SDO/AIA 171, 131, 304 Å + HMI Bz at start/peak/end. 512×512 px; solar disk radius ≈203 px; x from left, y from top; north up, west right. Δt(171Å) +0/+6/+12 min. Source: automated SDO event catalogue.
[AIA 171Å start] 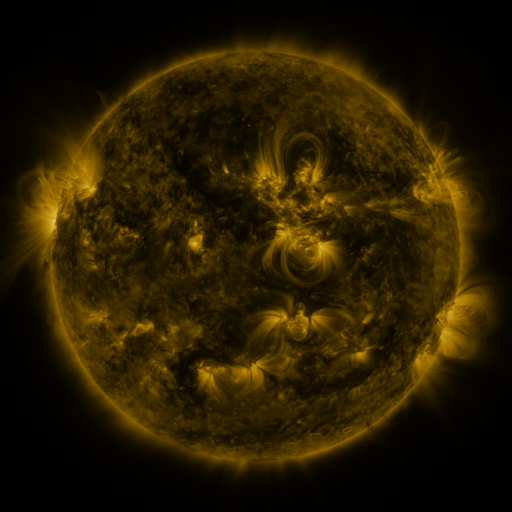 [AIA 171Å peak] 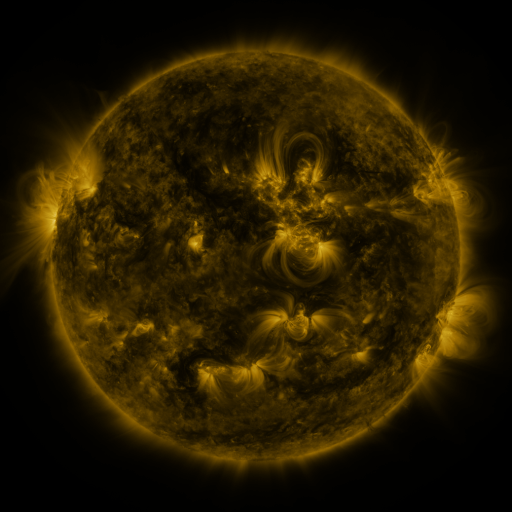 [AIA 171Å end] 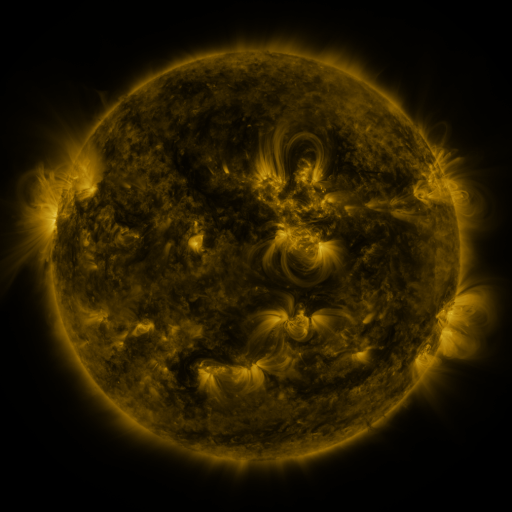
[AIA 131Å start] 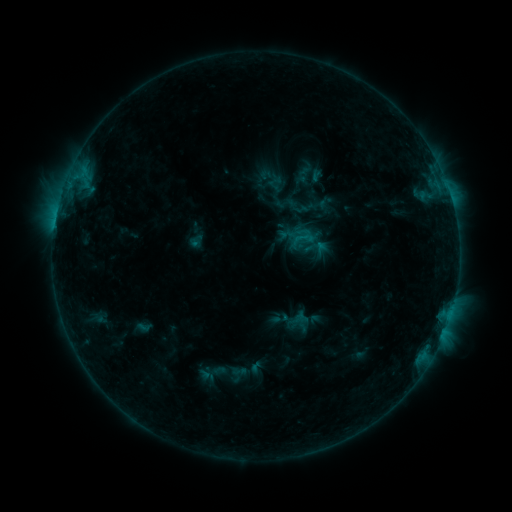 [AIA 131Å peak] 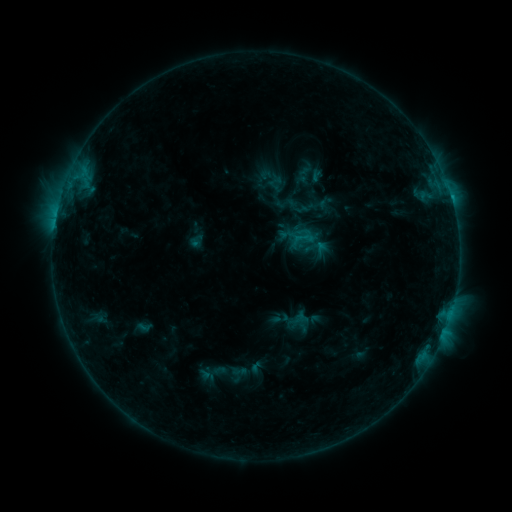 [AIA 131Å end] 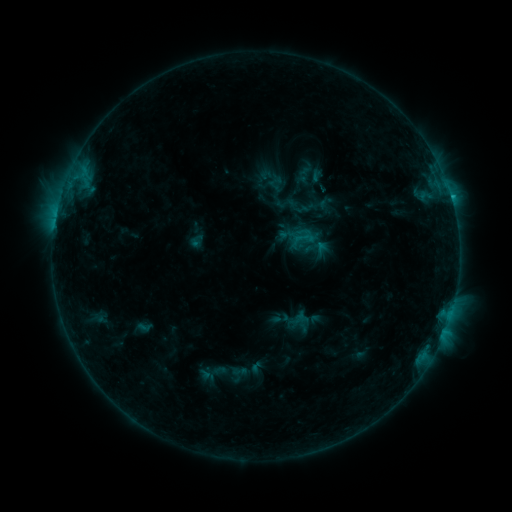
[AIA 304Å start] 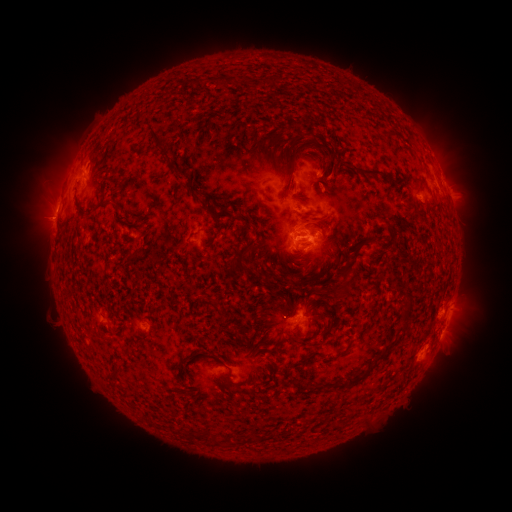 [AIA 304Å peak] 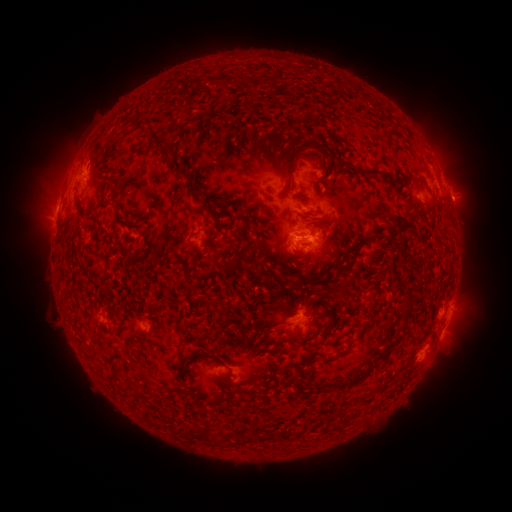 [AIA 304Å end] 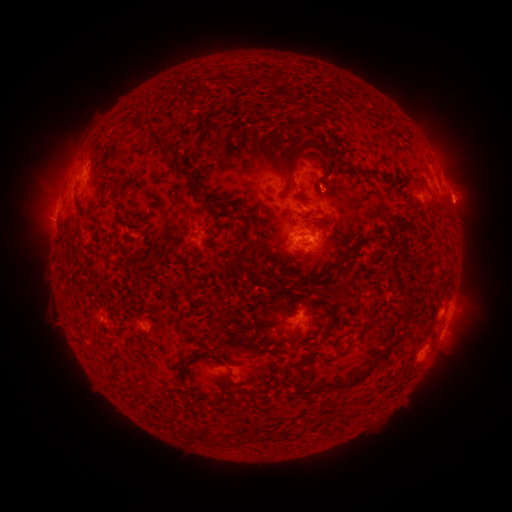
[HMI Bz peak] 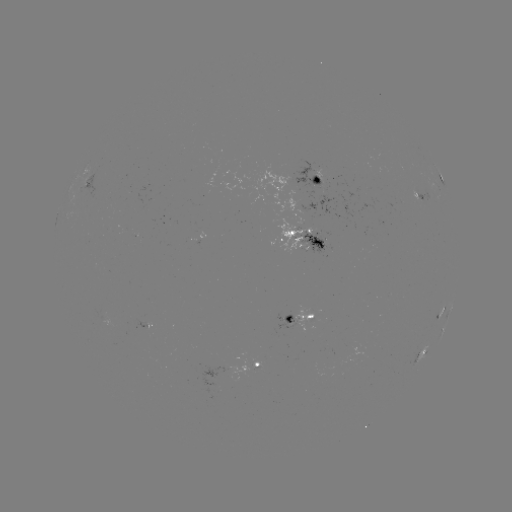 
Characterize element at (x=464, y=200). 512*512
eruption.